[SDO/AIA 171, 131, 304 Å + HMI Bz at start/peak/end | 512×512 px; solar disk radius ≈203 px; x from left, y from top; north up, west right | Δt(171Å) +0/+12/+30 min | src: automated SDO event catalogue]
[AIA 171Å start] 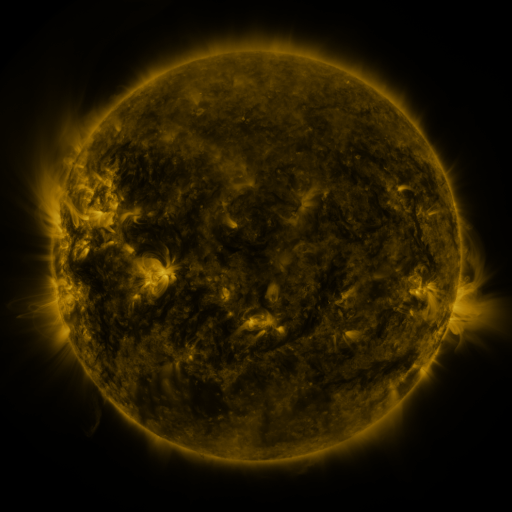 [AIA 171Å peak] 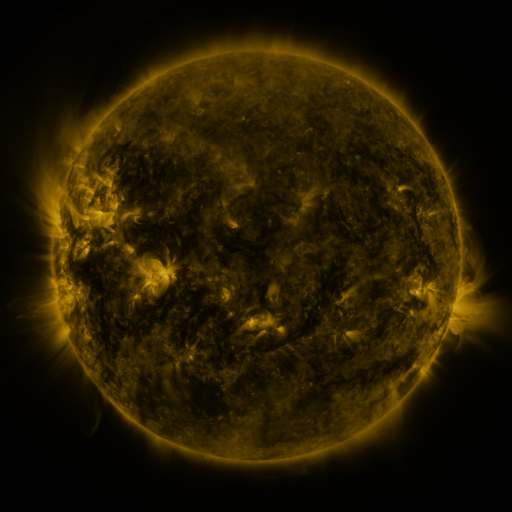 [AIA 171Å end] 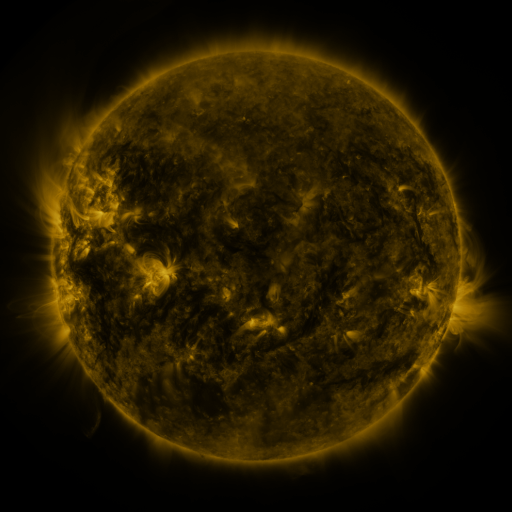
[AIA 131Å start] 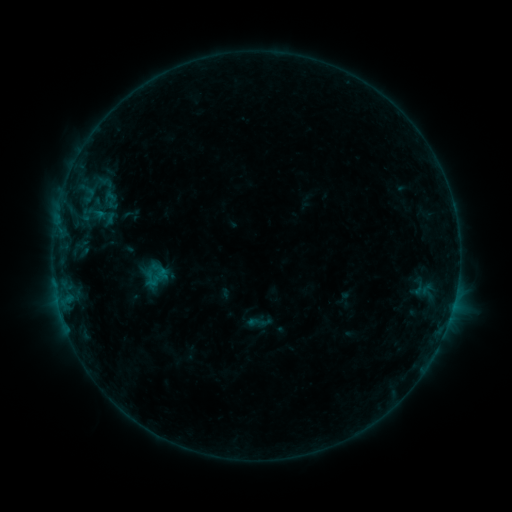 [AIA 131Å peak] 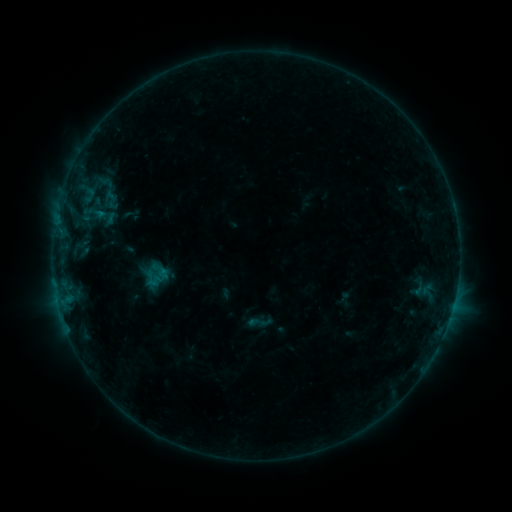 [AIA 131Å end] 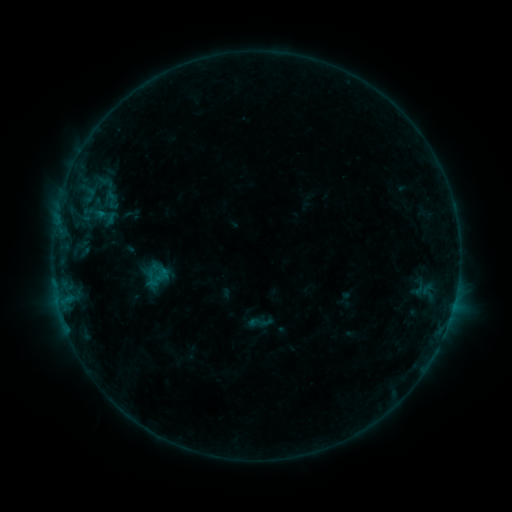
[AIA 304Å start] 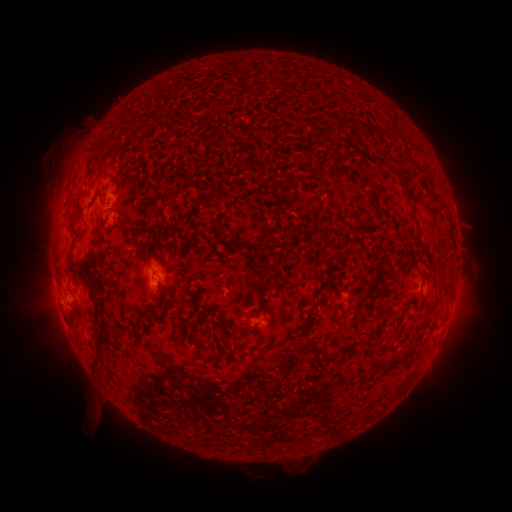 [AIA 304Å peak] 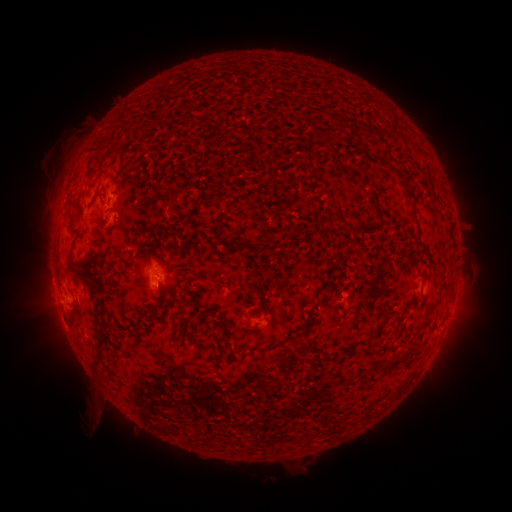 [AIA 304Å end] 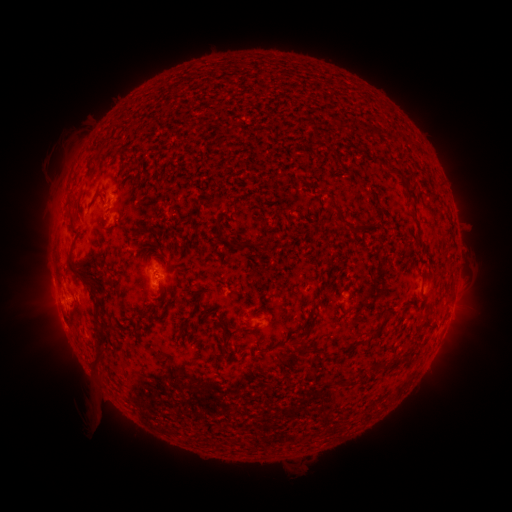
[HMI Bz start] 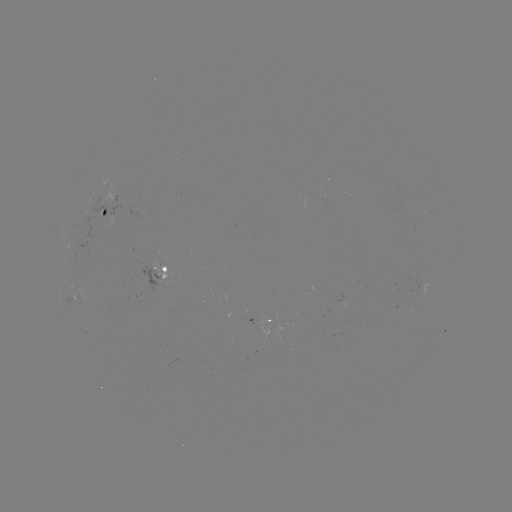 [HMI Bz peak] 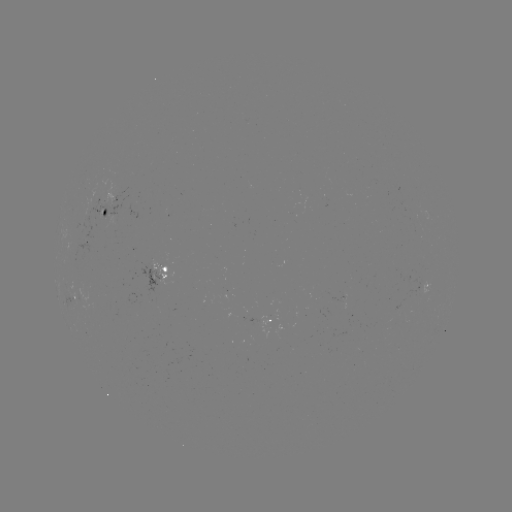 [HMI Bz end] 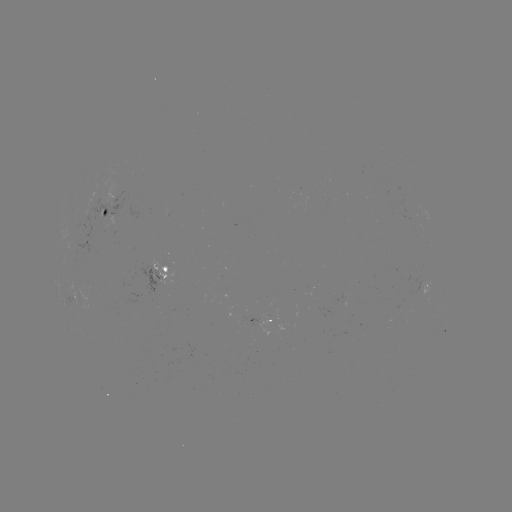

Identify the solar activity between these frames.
no flare in any classed list; no EUV-trigger detection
